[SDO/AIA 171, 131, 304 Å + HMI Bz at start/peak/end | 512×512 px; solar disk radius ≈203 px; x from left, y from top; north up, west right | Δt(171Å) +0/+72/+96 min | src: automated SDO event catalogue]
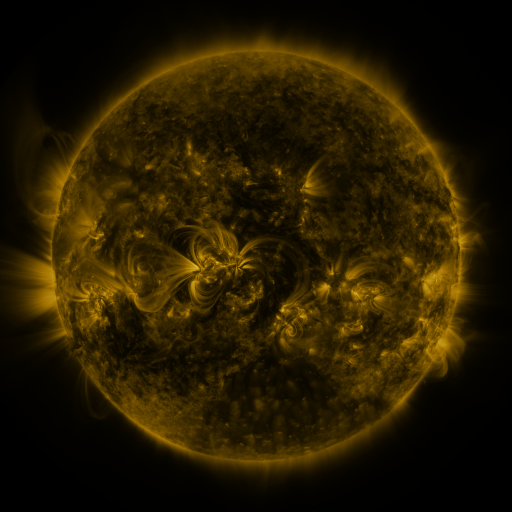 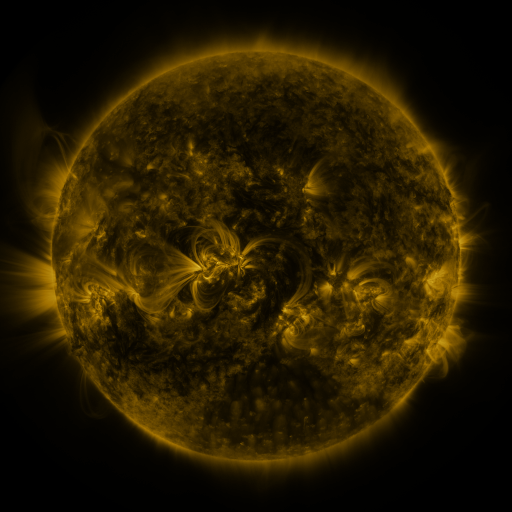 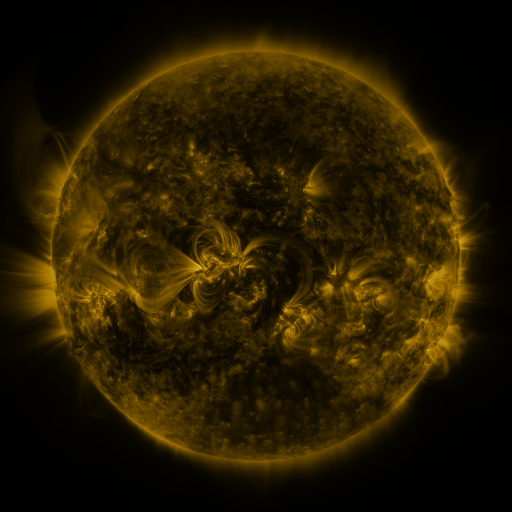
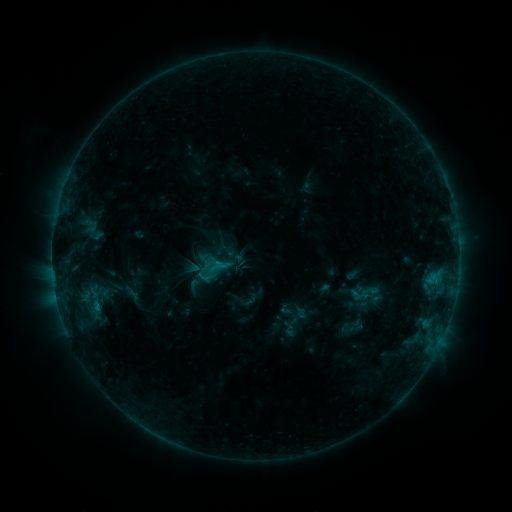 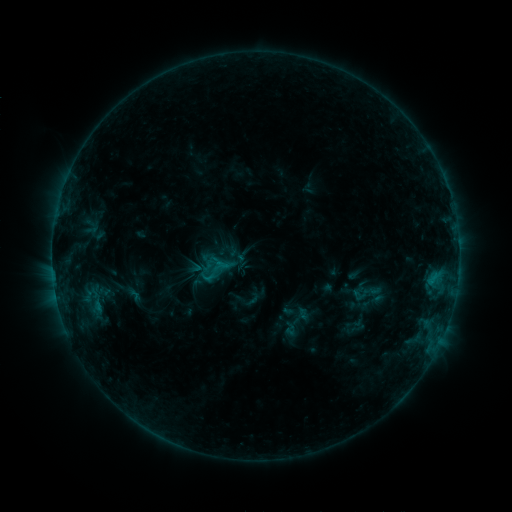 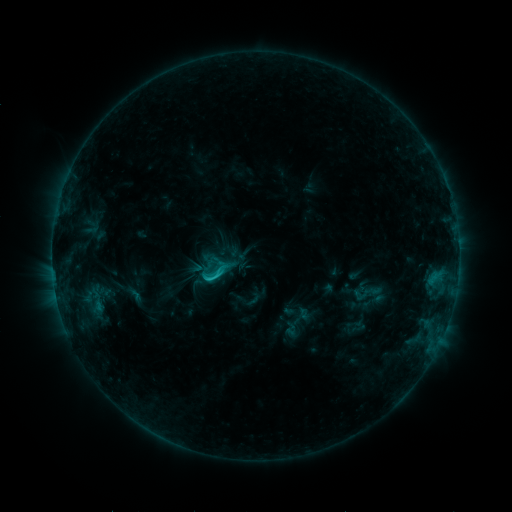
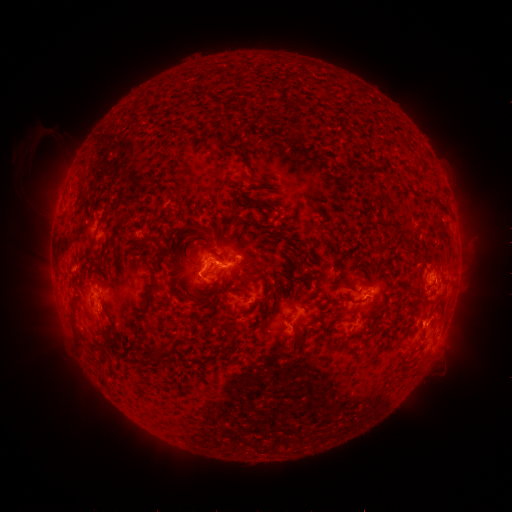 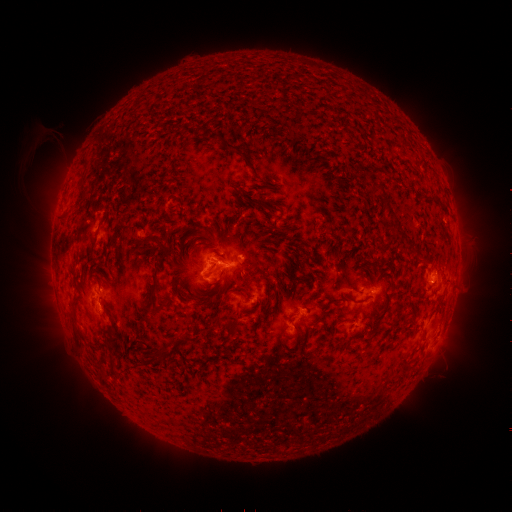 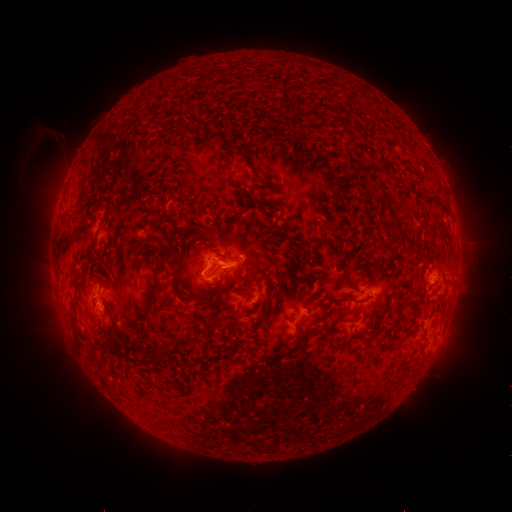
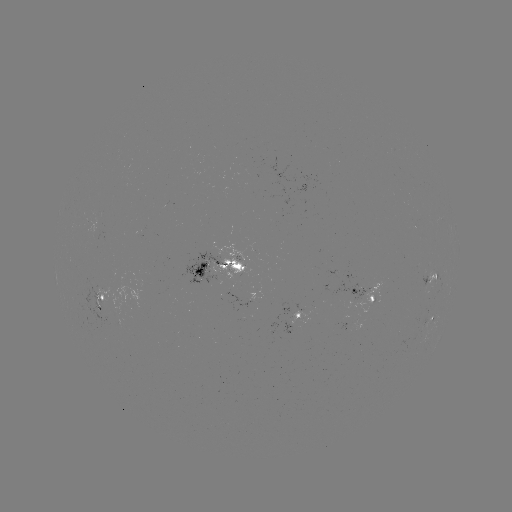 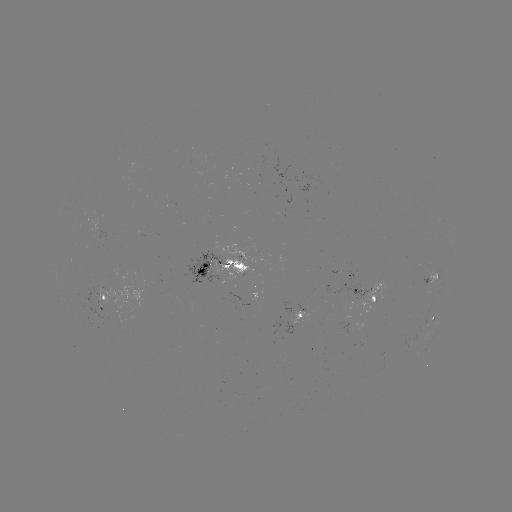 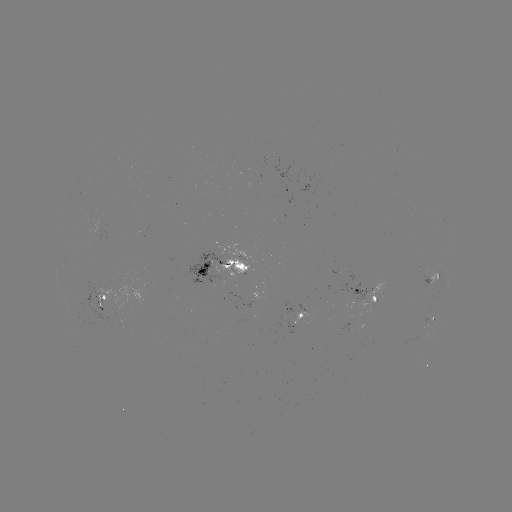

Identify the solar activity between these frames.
emerging-flux region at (212, 273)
